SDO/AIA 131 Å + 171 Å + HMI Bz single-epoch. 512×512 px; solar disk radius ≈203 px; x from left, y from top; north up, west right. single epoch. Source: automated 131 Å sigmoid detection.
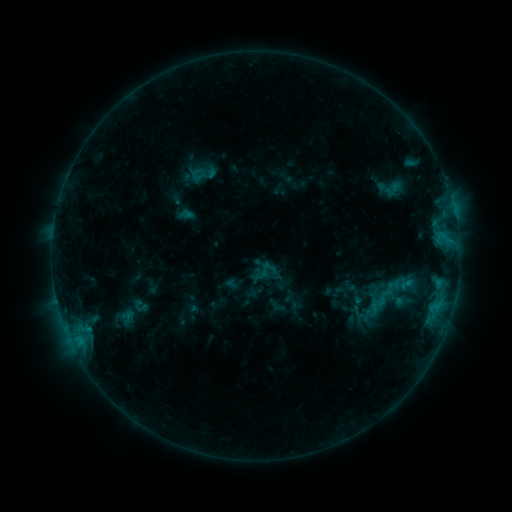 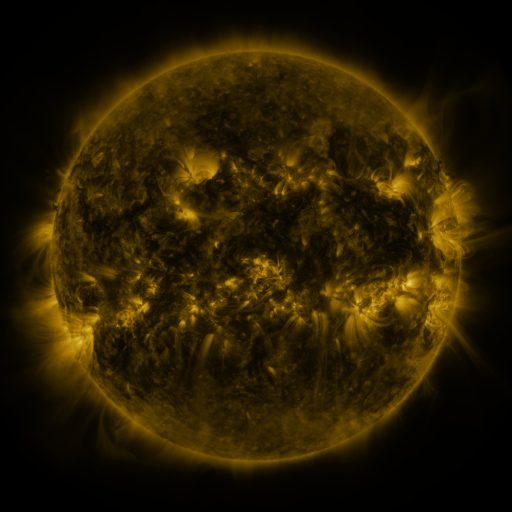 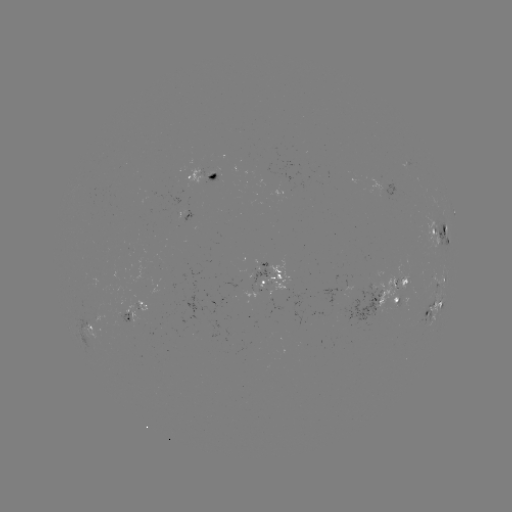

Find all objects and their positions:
sigmoid: (365, 278, 400, 317)
sigmoid: (345, 283, 365, 305)
